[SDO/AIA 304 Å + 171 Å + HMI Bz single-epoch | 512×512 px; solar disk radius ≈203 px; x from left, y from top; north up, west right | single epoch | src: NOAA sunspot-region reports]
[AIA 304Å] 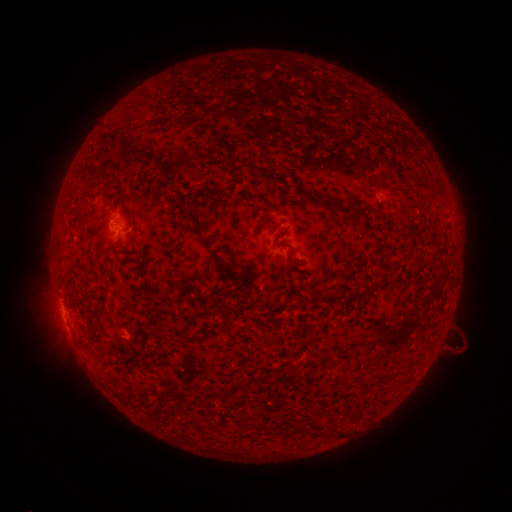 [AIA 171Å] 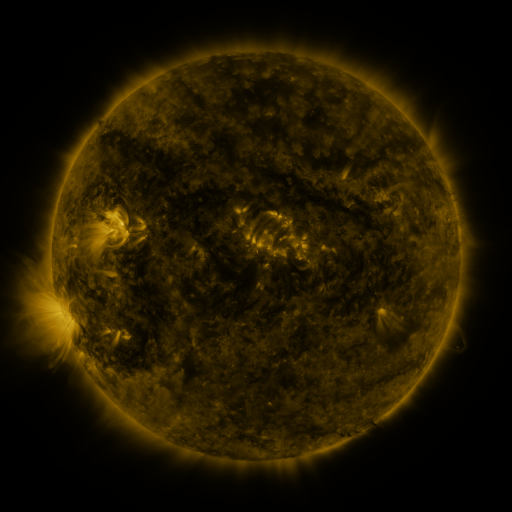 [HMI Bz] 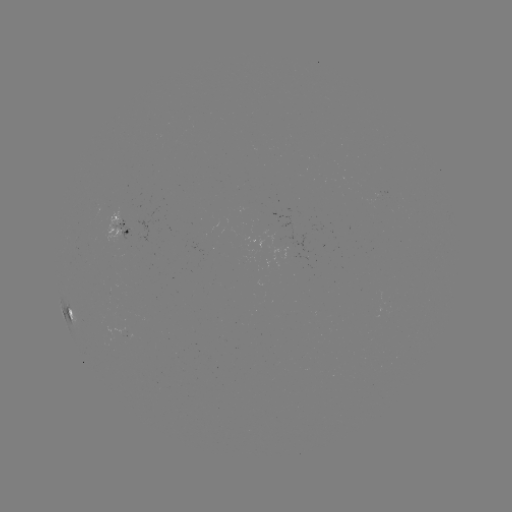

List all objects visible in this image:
spotted active region: (118, 226)
spotted active region: (67, 305)
